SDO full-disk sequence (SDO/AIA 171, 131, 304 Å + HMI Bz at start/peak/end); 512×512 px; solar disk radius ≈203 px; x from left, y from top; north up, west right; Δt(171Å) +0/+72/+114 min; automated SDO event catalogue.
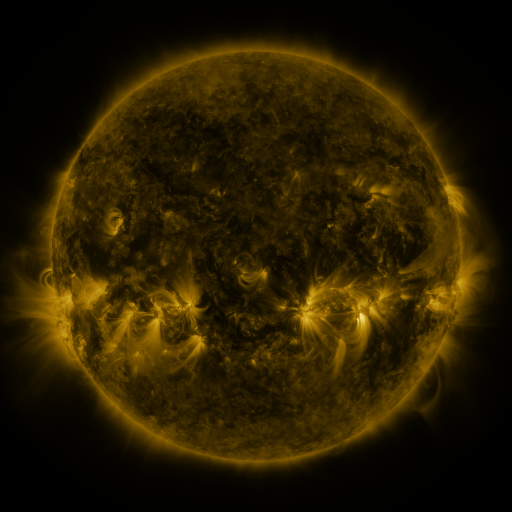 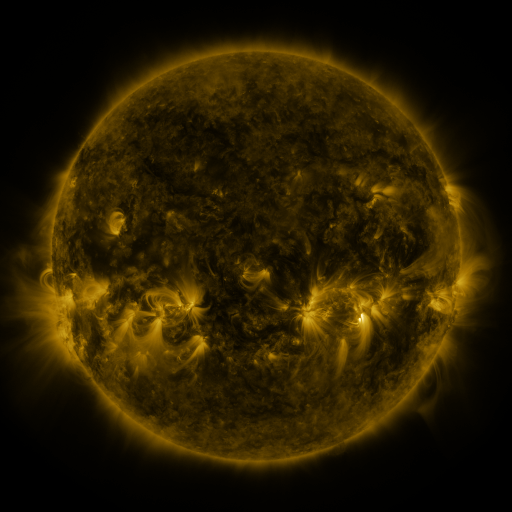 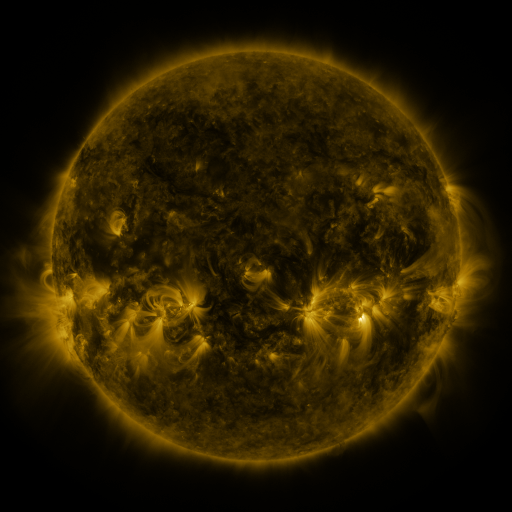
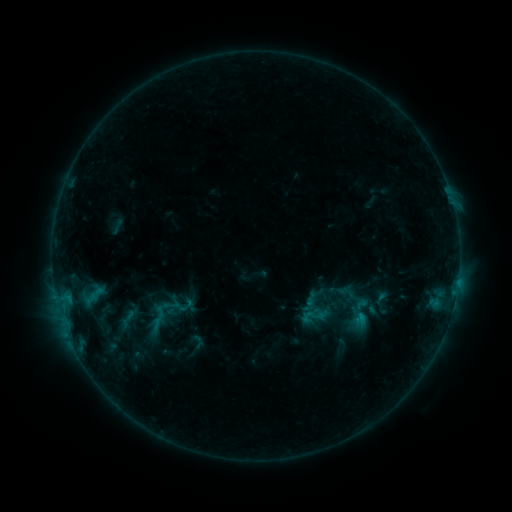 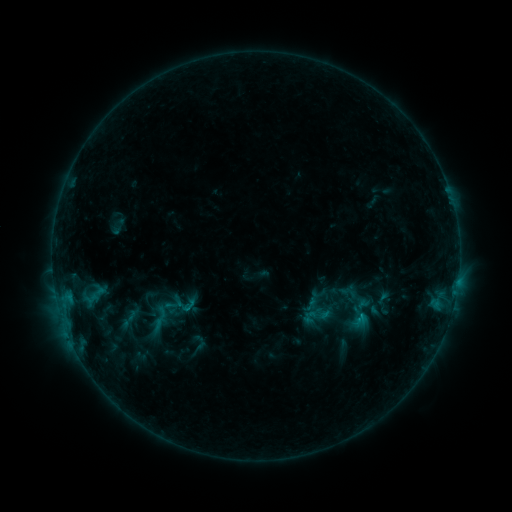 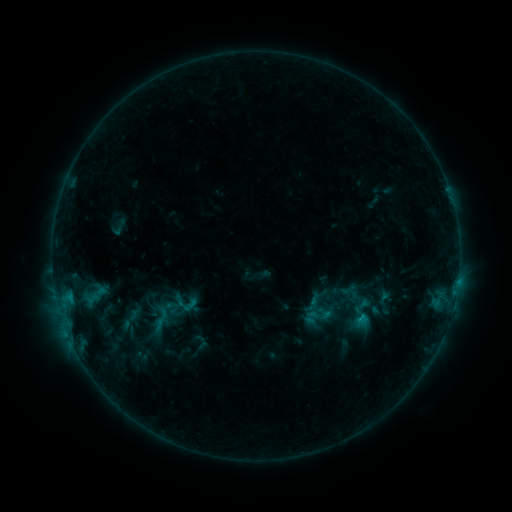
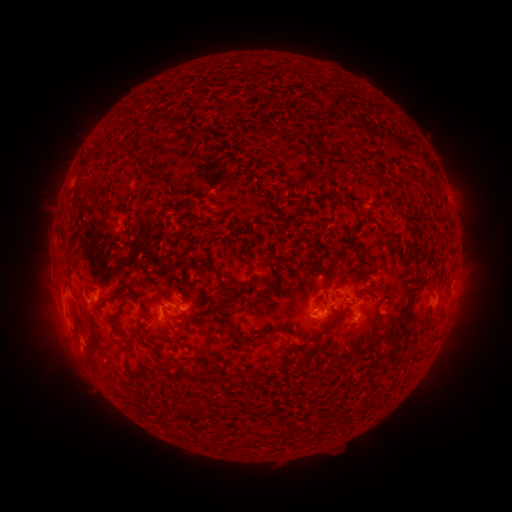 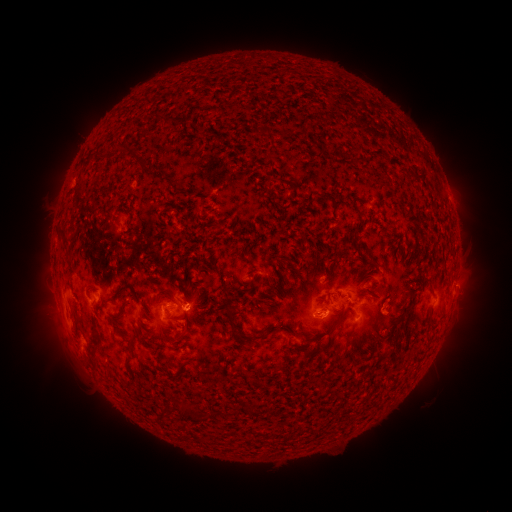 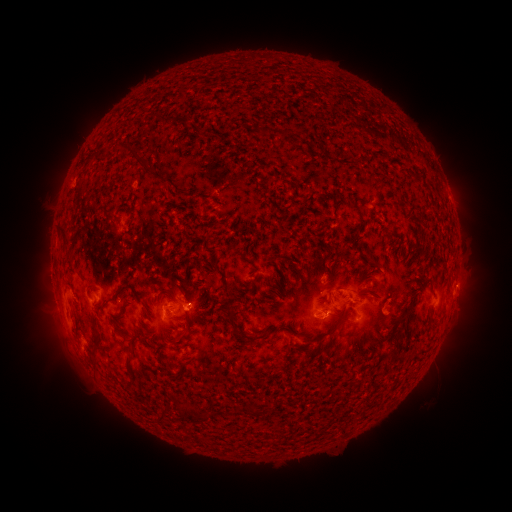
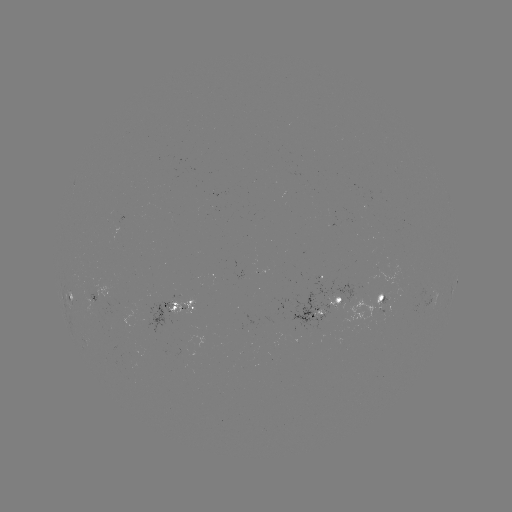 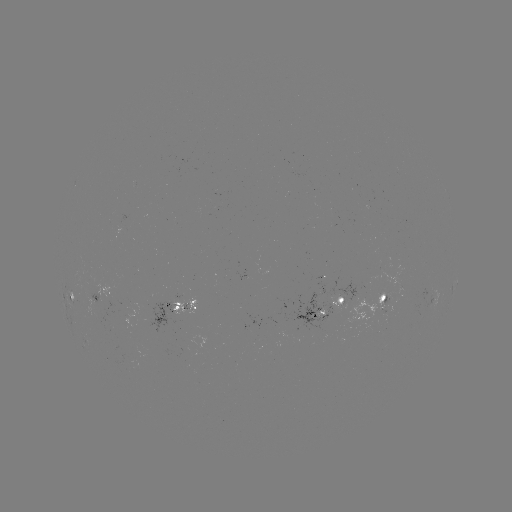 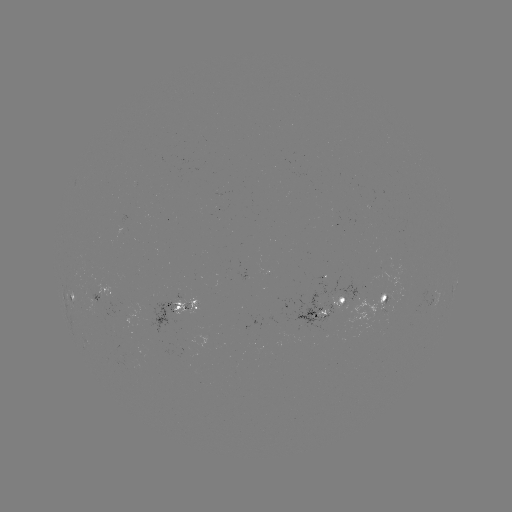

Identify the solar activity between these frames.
emerging-flux region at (385, 315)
